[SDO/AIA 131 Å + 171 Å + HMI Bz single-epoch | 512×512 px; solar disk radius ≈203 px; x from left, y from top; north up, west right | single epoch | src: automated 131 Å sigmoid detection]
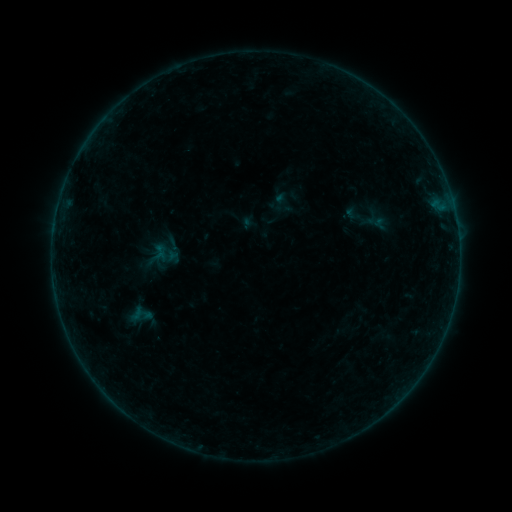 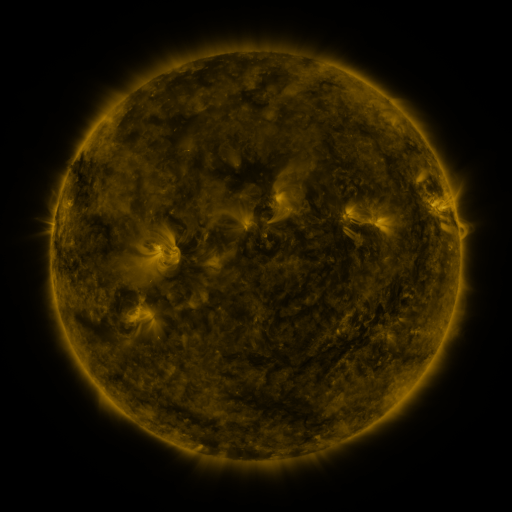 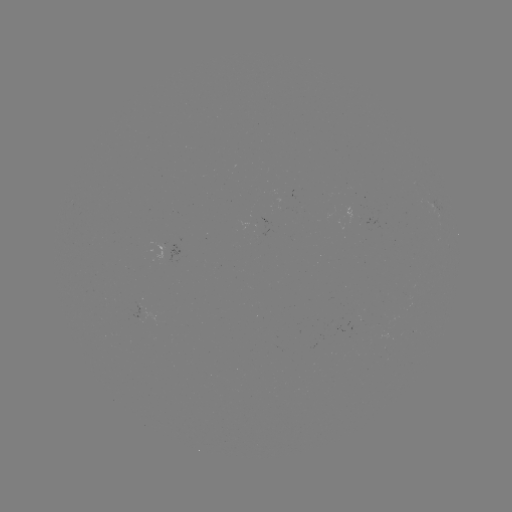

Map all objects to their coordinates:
sigmoid: <bbox>341, 205, 364, 223</bbox>
